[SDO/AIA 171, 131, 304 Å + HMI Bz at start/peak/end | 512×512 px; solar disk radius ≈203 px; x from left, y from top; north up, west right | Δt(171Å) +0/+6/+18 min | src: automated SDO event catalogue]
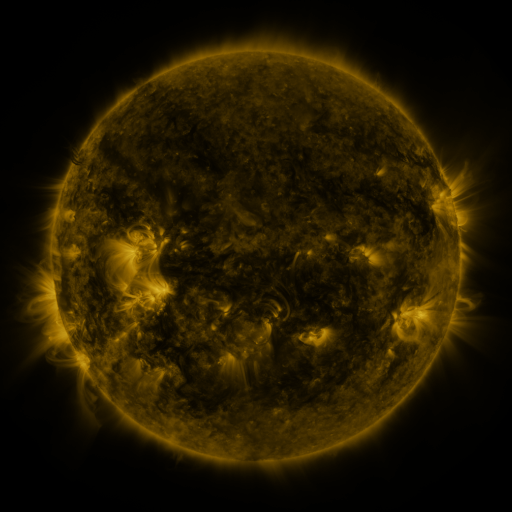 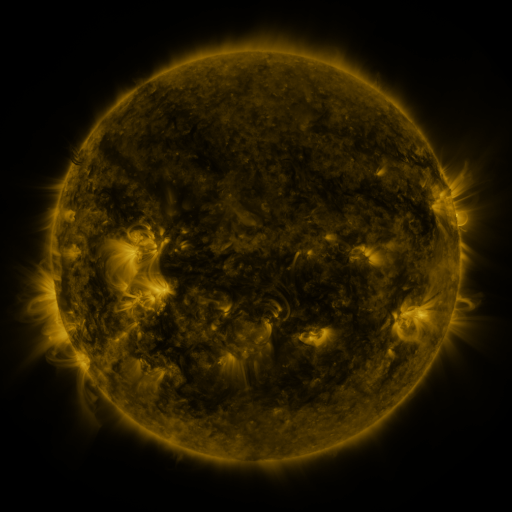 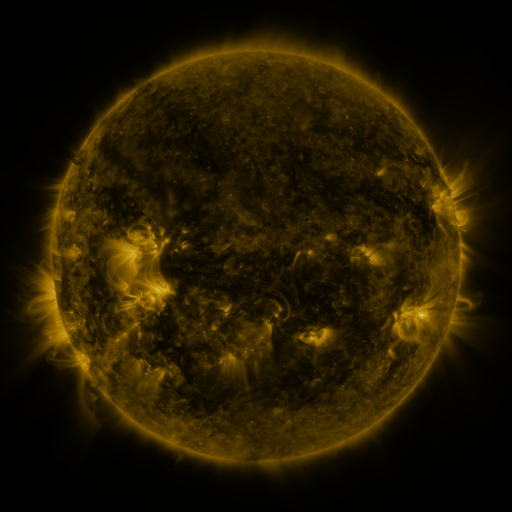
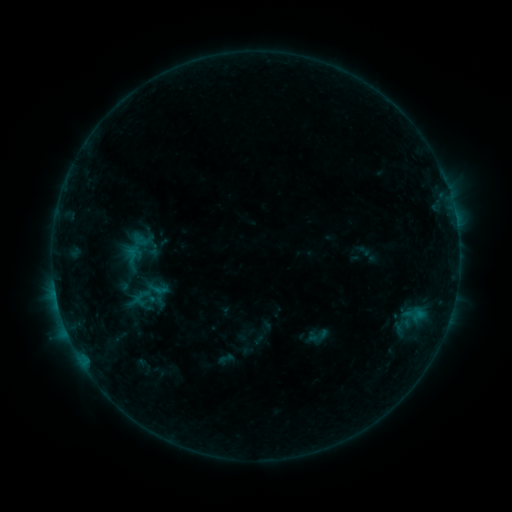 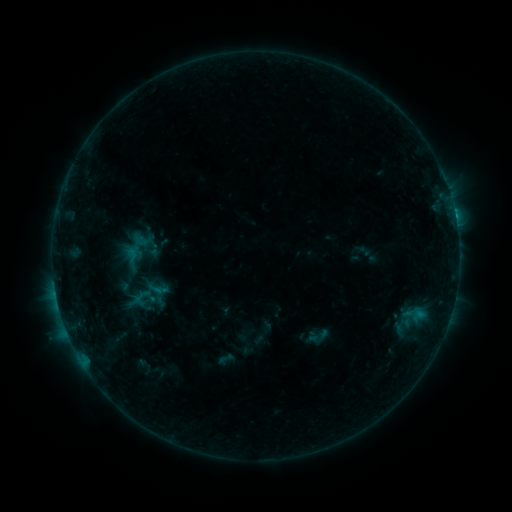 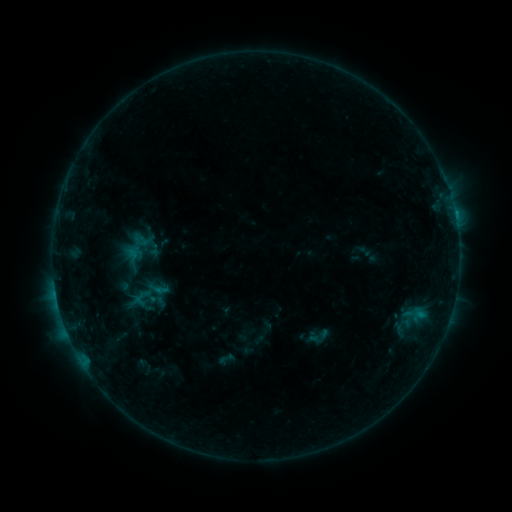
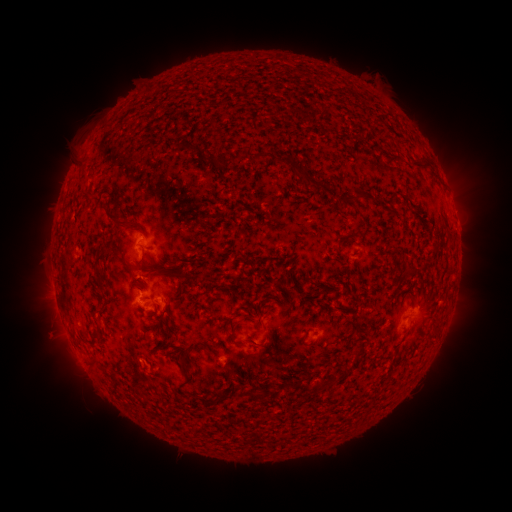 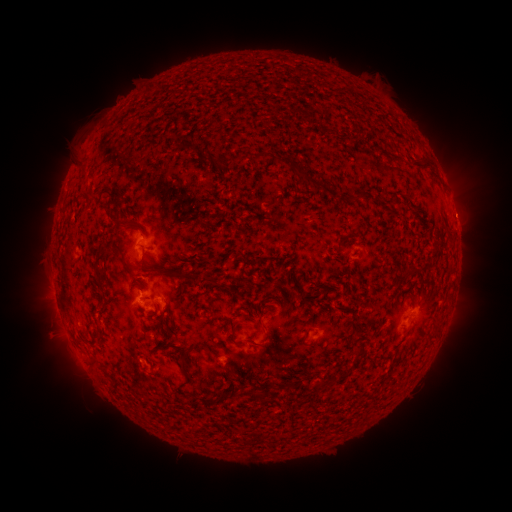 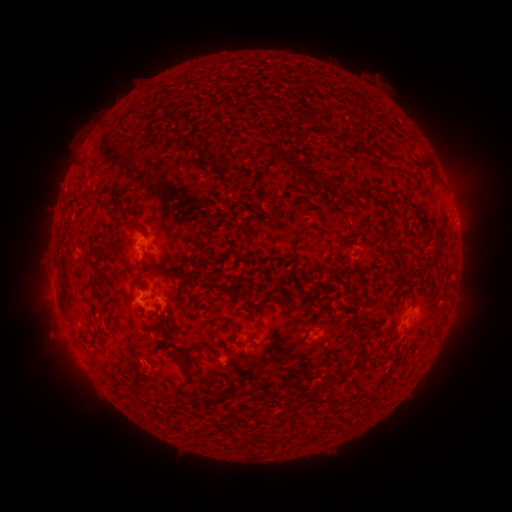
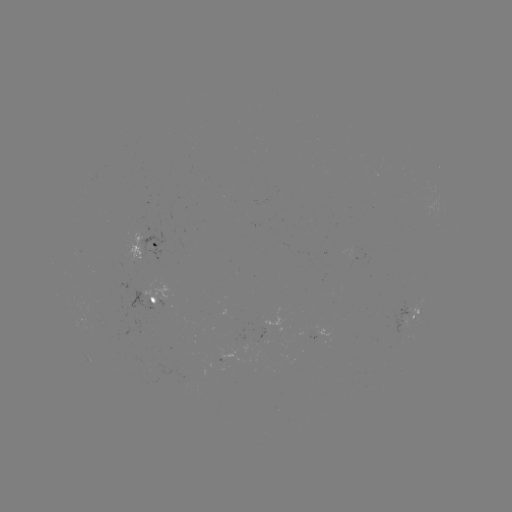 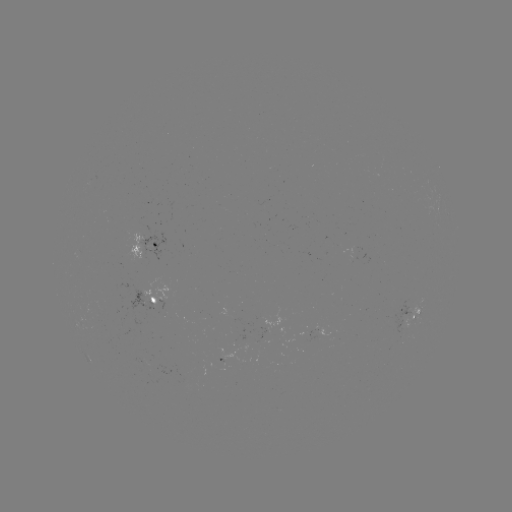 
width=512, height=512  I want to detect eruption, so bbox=[435, 187, 497, 245].